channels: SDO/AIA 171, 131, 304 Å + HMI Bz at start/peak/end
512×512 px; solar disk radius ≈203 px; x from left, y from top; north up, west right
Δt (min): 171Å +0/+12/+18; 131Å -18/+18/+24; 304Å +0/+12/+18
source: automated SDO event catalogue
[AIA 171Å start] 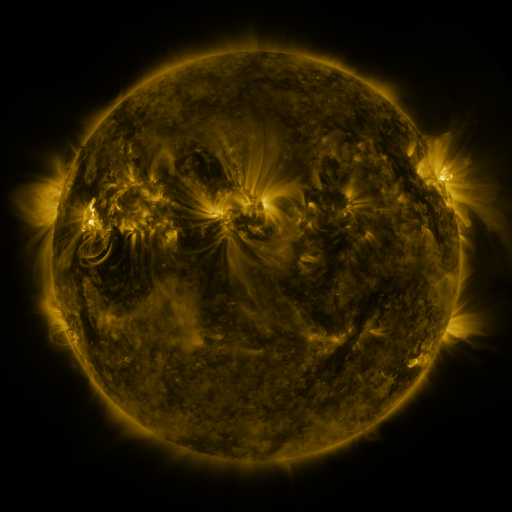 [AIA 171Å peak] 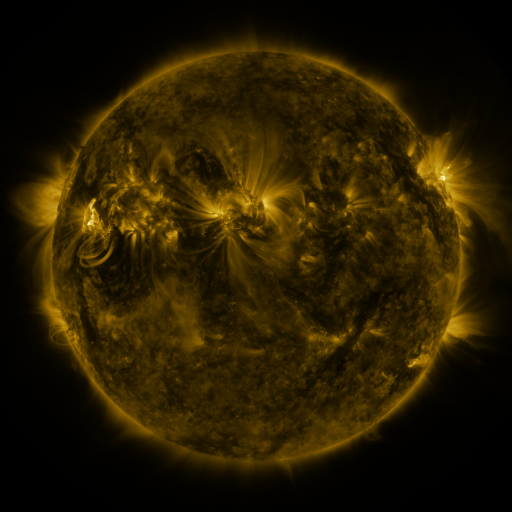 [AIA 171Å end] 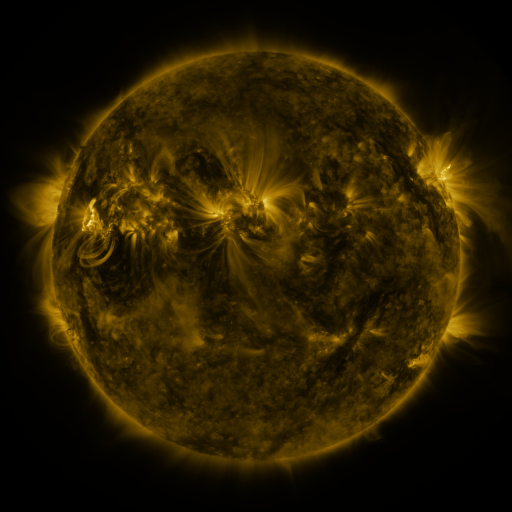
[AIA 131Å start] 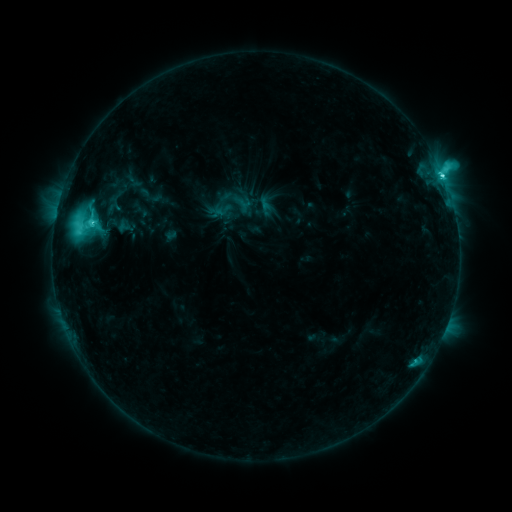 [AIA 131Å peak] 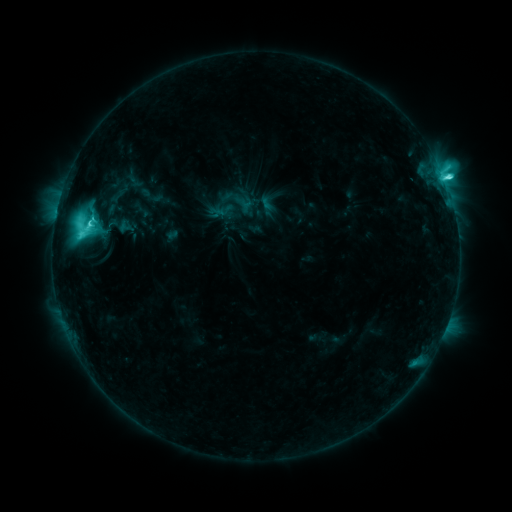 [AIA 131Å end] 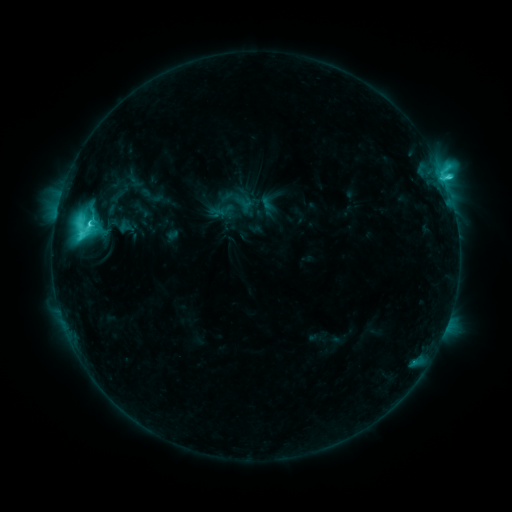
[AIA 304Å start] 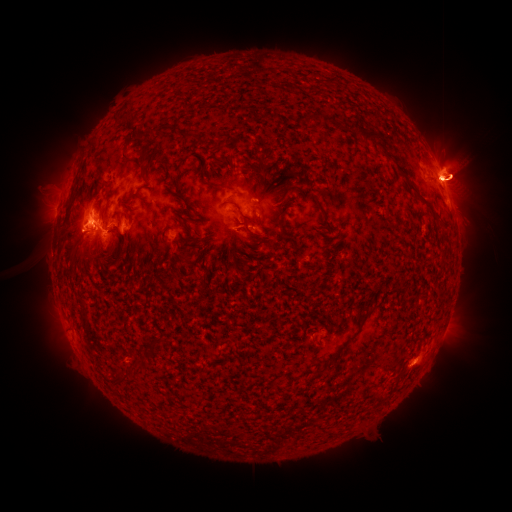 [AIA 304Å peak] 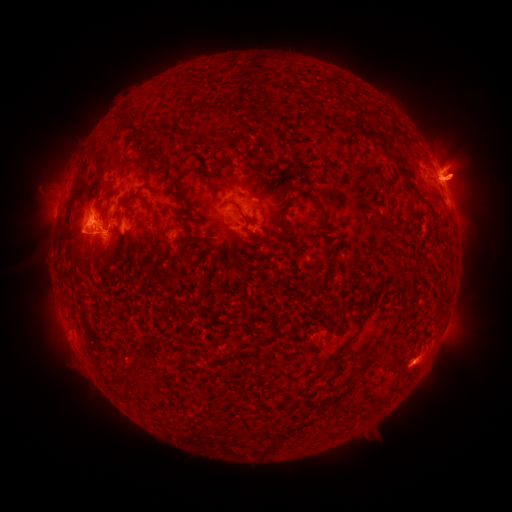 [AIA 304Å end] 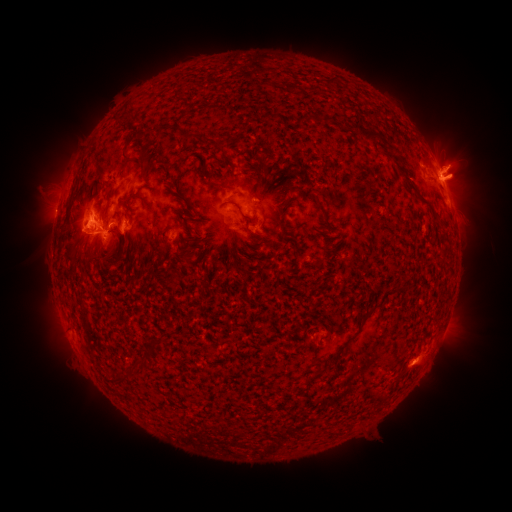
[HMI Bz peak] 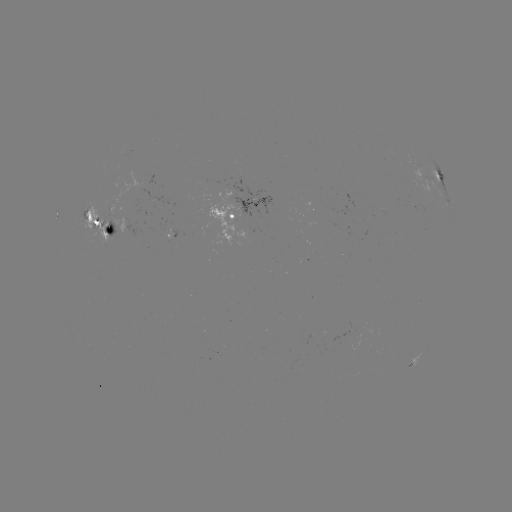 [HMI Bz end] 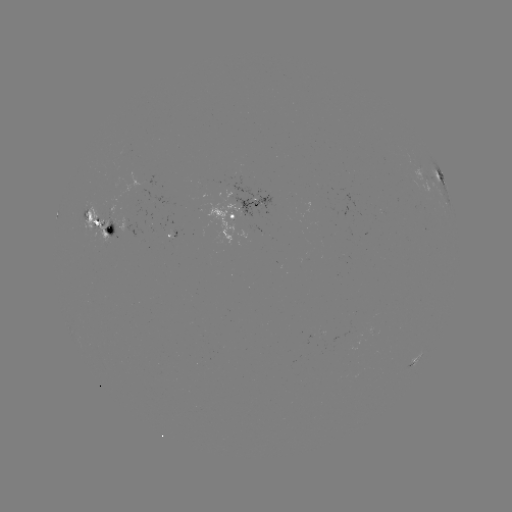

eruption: (49, 215, 106, 270)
